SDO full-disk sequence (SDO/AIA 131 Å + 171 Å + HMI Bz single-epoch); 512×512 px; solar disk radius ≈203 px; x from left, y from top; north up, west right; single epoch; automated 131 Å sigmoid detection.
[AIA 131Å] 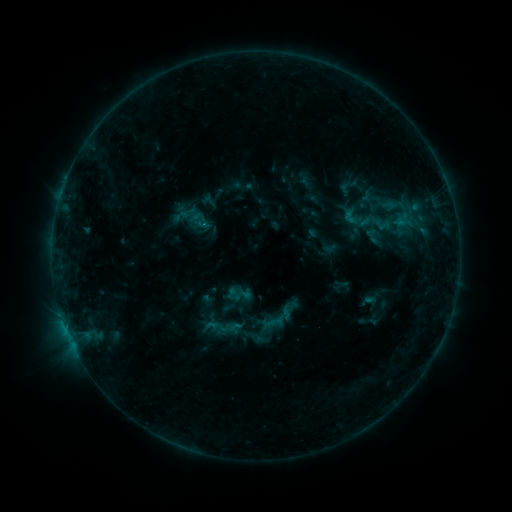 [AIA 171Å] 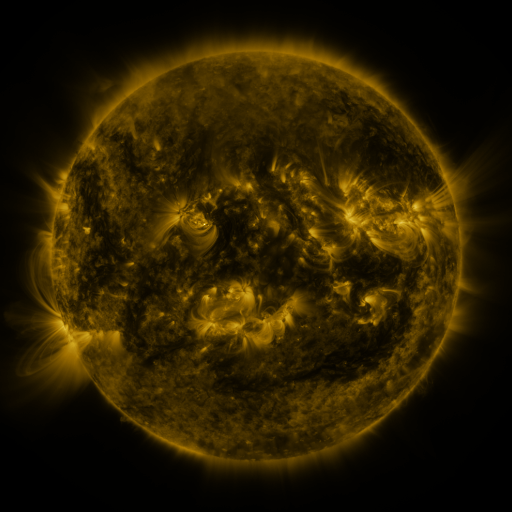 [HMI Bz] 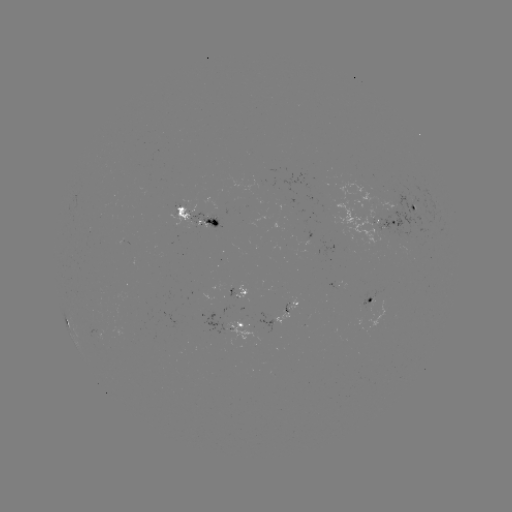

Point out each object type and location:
sigmoid: (338, 205, 366, 228)
sigmoid: (203, 312, 242, 347)
